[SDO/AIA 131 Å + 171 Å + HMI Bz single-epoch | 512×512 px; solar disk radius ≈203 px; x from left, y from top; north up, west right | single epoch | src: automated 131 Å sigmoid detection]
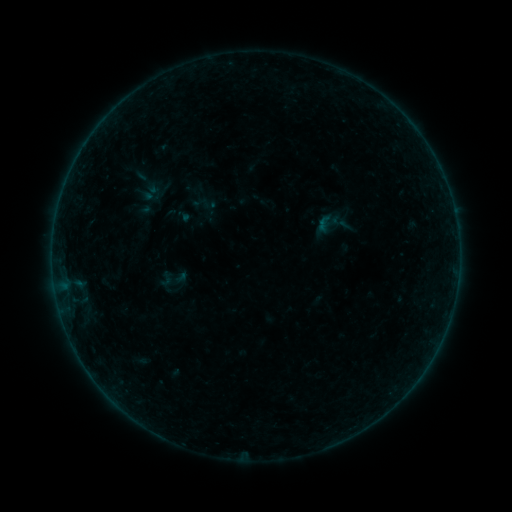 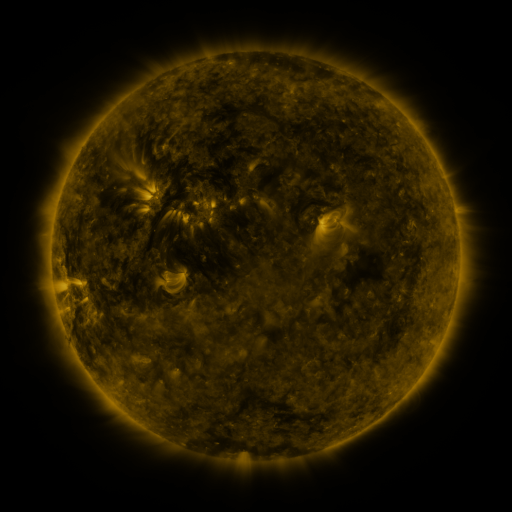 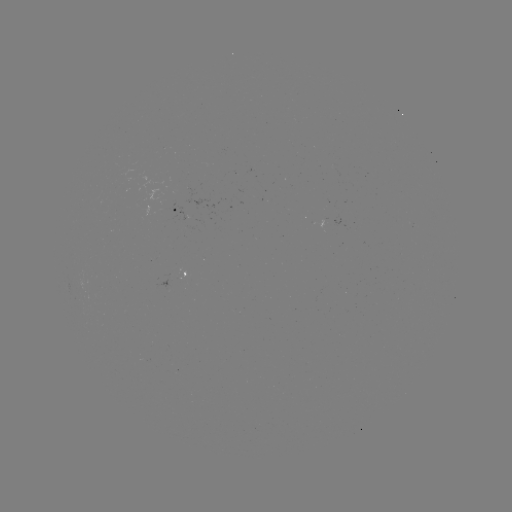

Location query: sigmoid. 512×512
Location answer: [324, 223].